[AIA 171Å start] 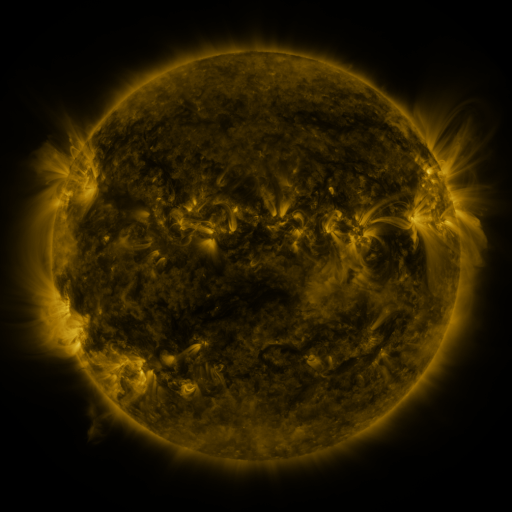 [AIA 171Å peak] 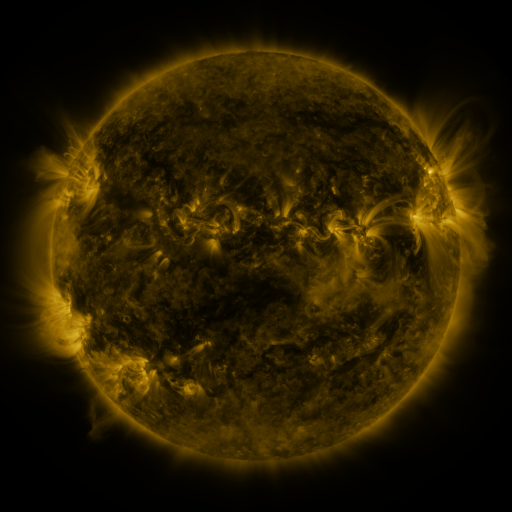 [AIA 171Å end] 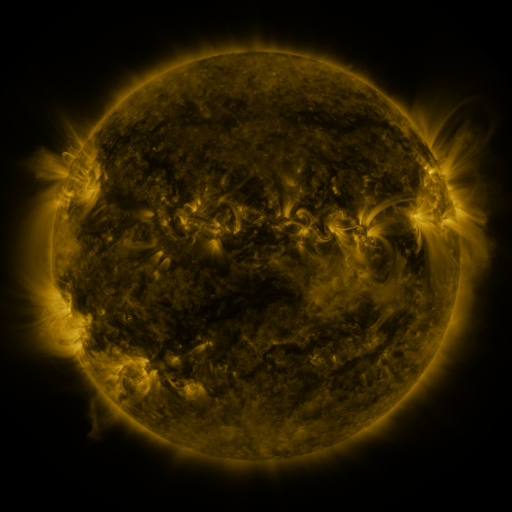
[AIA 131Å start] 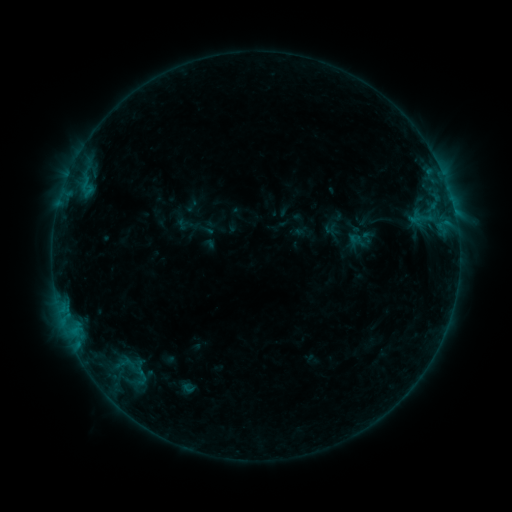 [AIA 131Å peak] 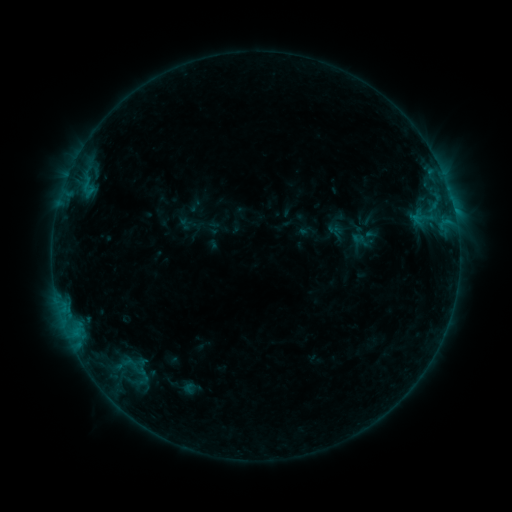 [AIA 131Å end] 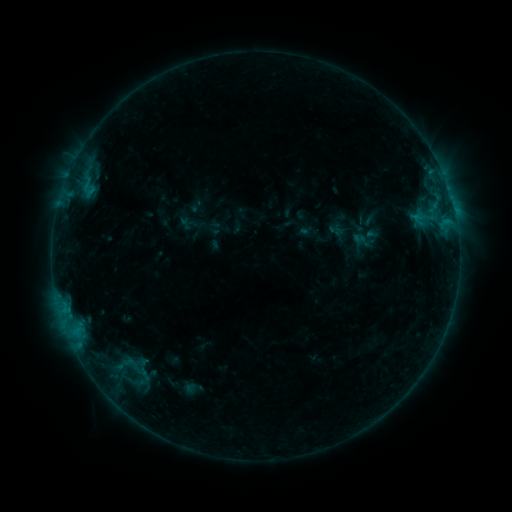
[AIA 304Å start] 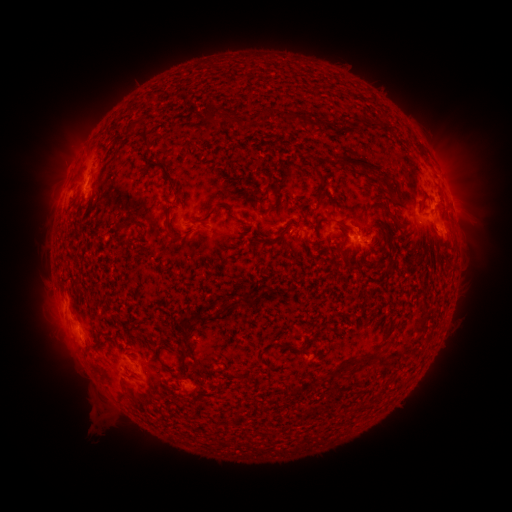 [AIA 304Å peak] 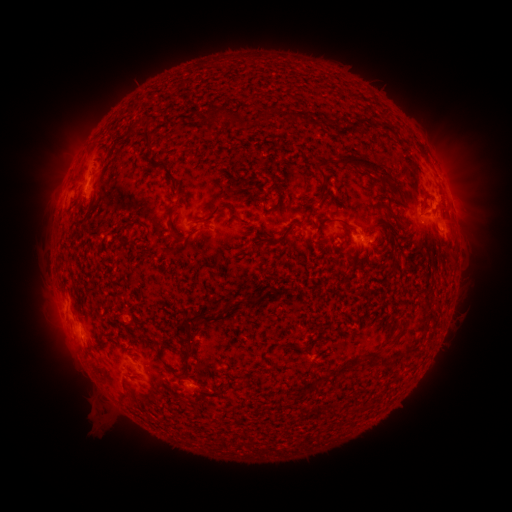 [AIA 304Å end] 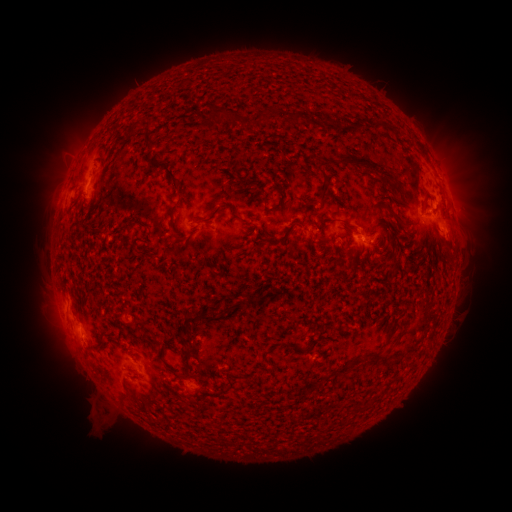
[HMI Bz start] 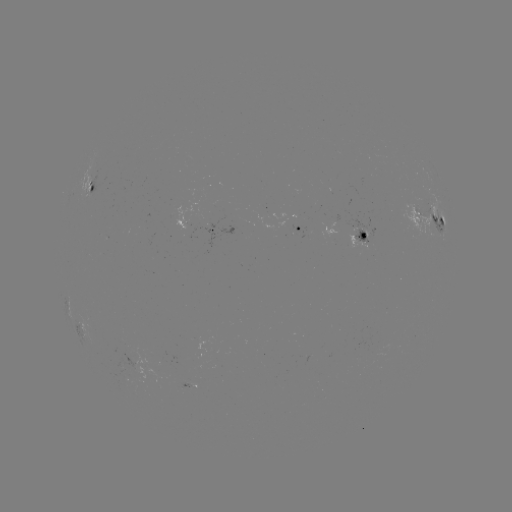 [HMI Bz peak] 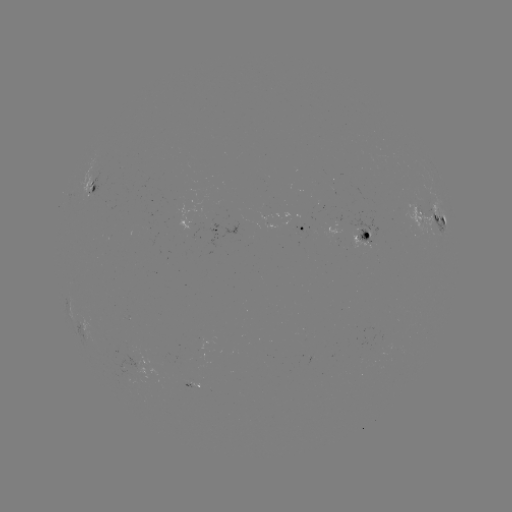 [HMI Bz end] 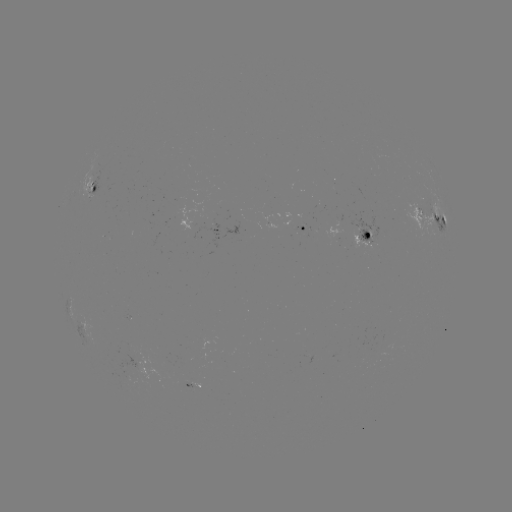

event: emerging-flux region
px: (190, 388)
